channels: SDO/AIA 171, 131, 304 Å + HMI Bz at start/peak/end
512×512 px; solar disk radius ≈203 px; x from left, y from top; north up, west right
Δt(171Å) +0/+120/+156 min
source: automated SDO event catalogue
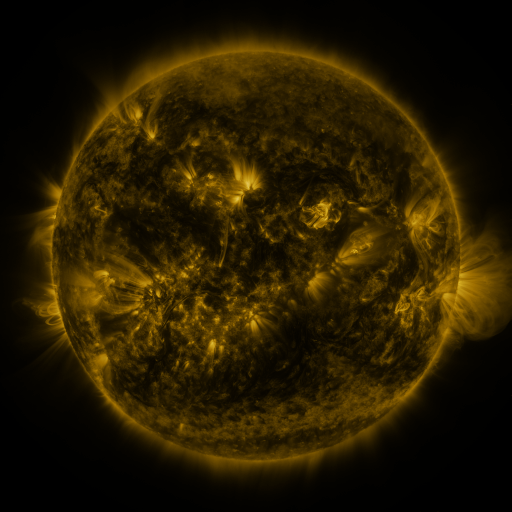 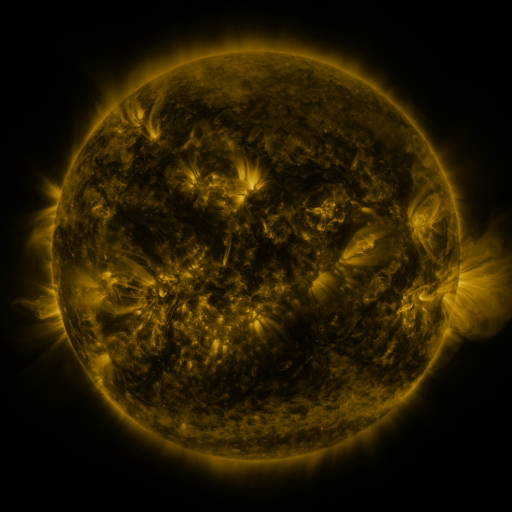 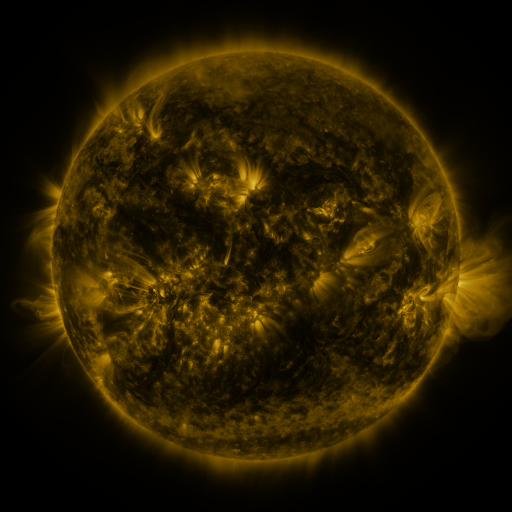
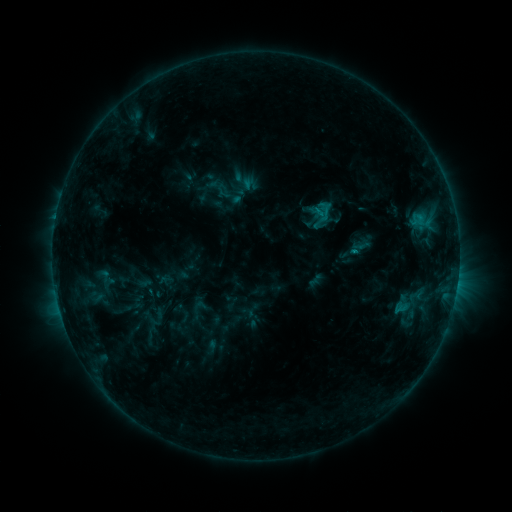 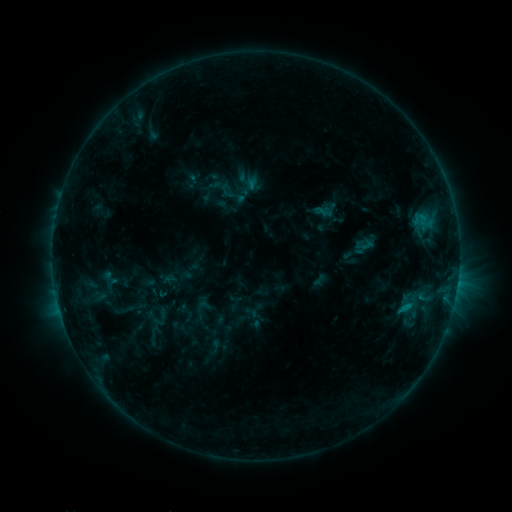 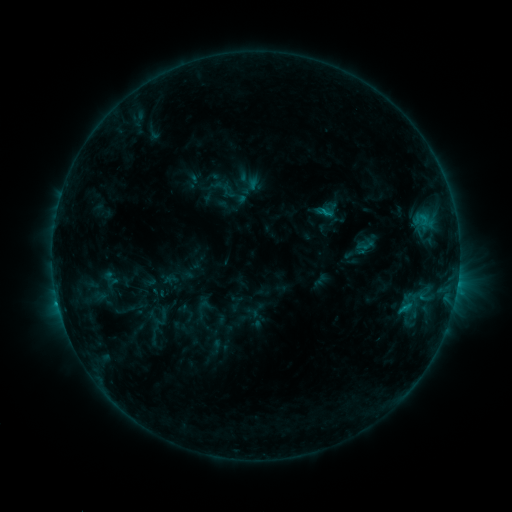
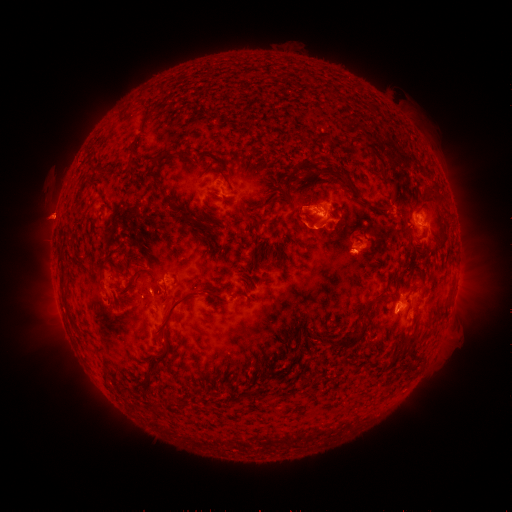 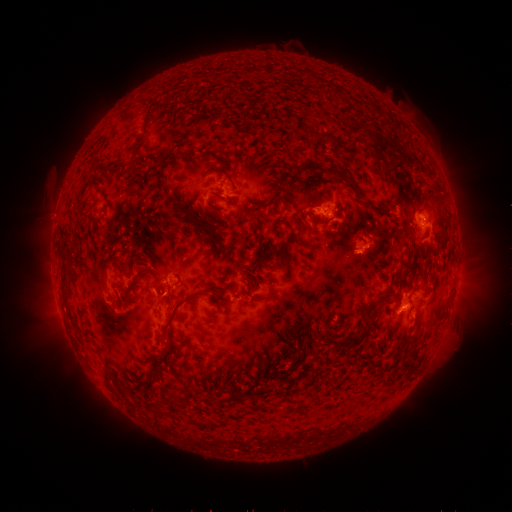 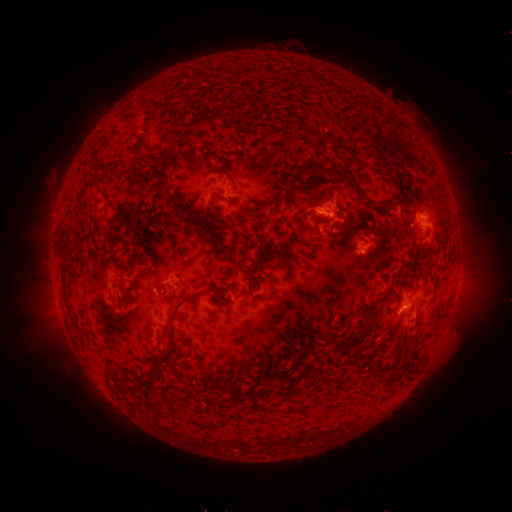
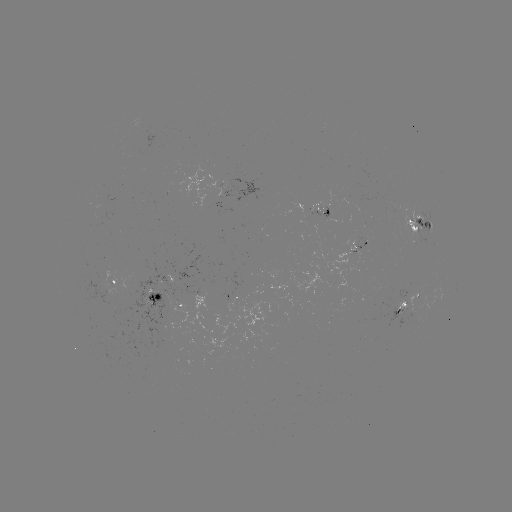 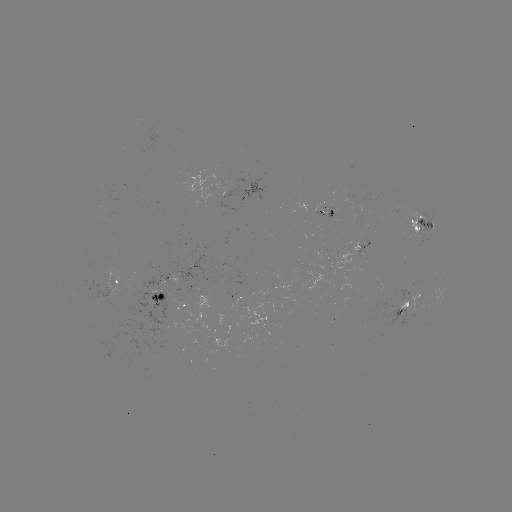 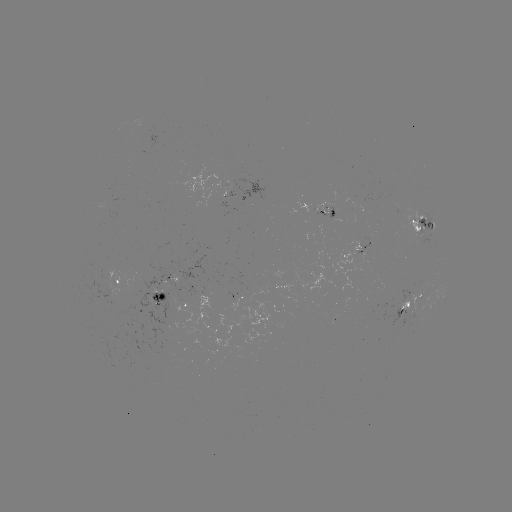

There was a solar emerging-flux region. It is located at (328, 220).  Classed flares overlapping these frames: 1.